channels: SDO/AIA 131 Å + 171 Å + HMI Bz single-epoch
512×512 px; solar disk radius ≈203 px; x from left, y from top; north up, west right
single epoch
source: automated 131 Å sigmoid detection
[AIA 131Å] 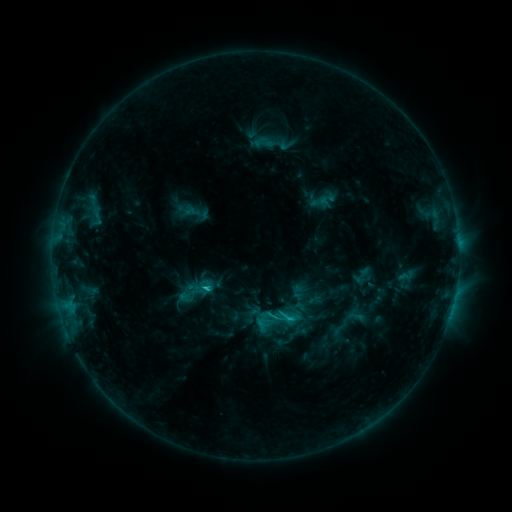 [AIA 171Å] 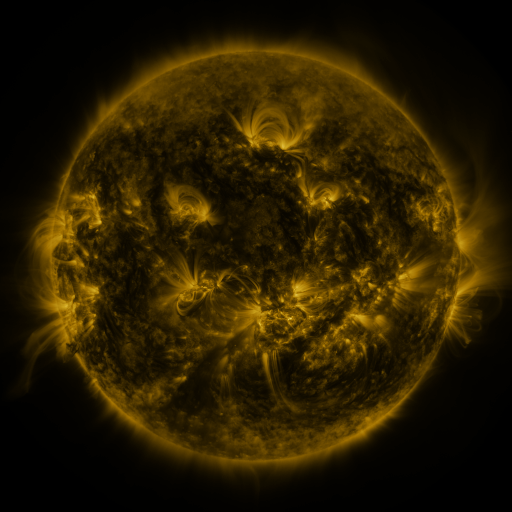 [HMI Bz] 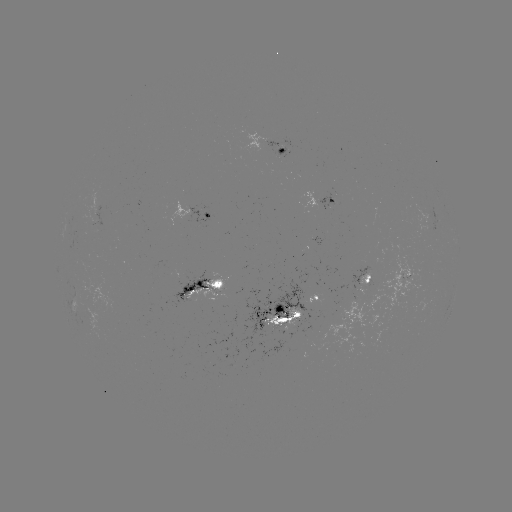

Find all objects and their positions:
sigmoid: (289, 316)
sigmoid: (266, 324)
